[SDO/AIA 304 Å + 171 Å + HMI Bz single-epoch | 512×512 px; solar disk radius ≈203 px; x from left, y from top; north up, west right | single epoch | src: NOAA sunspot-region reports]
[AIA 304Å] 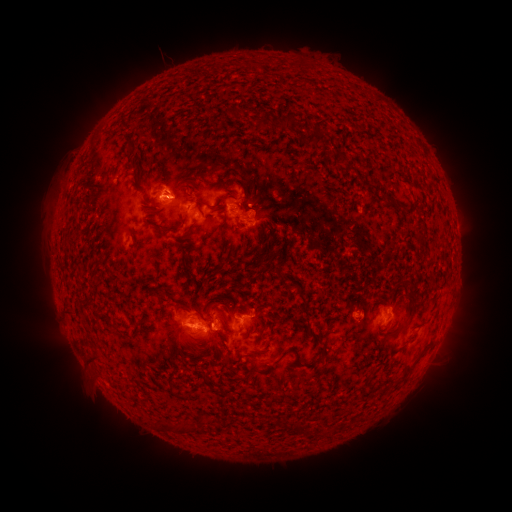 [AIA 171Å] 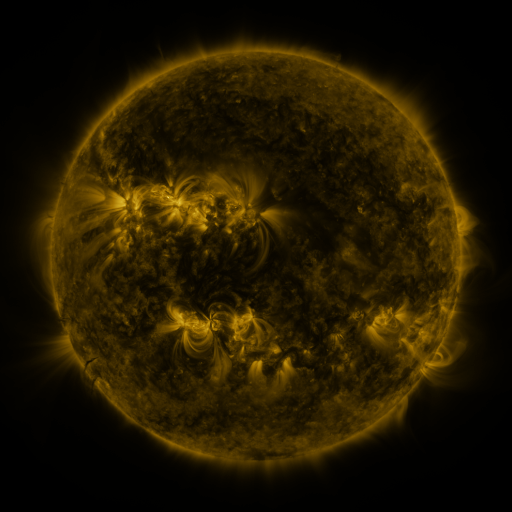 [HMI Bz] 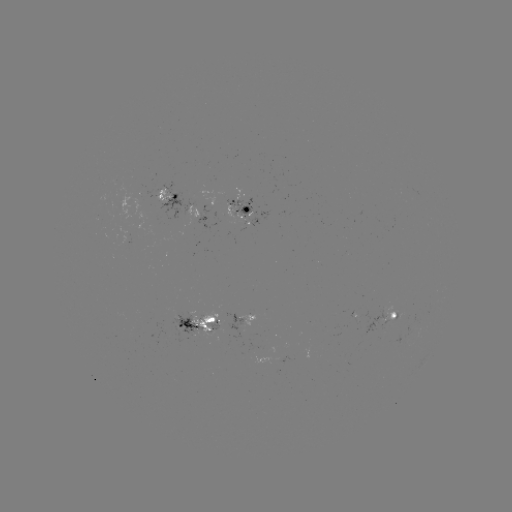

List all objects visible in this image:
spotted active region: (171, 198)
spotted active region: (245, 210)
spotted active region: (198, 216)
spotted active region: (249, 319)
spotted active region: (384, 319)
spotted active region: (198, 325)
